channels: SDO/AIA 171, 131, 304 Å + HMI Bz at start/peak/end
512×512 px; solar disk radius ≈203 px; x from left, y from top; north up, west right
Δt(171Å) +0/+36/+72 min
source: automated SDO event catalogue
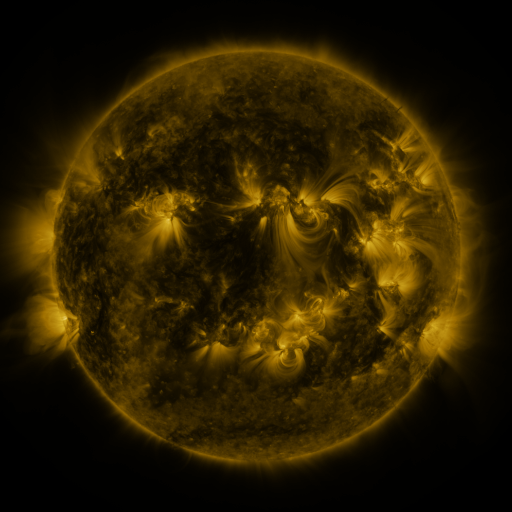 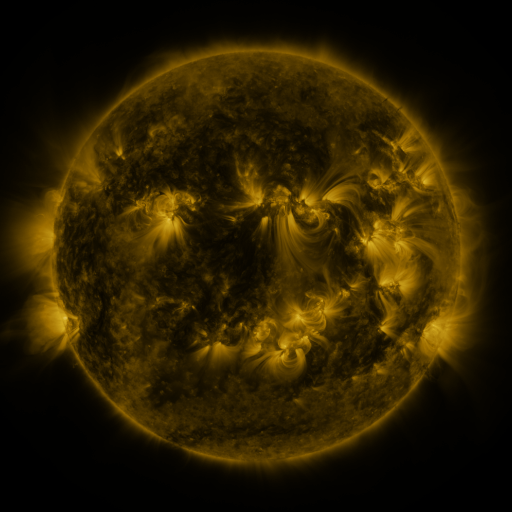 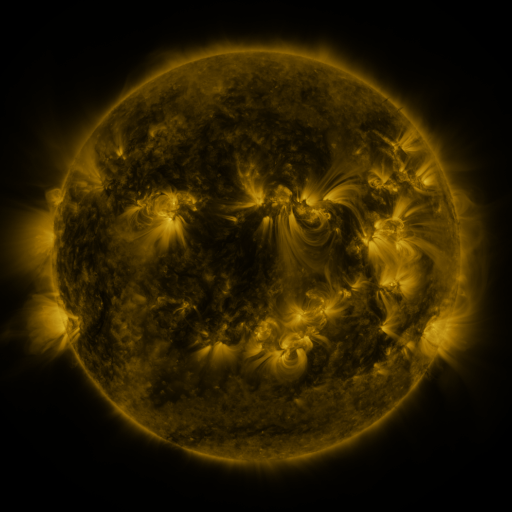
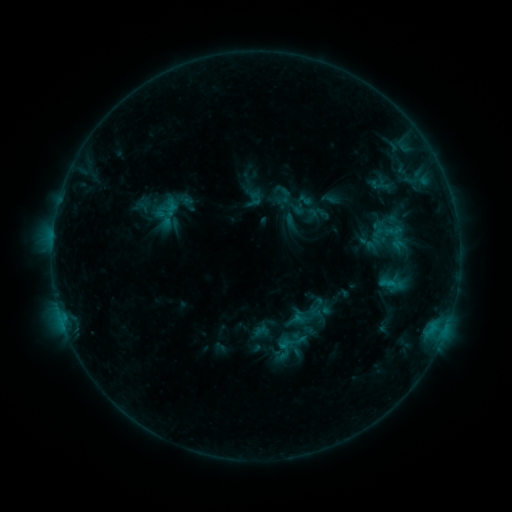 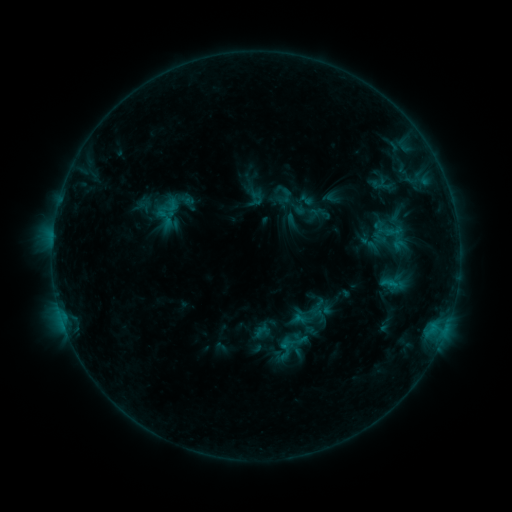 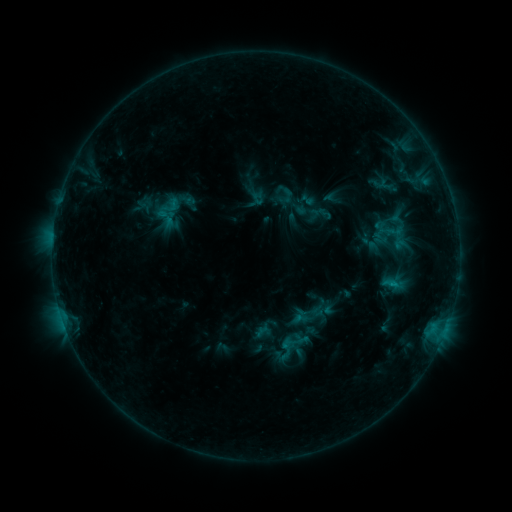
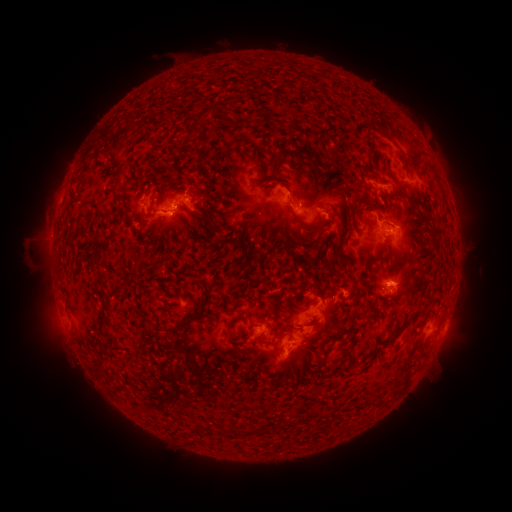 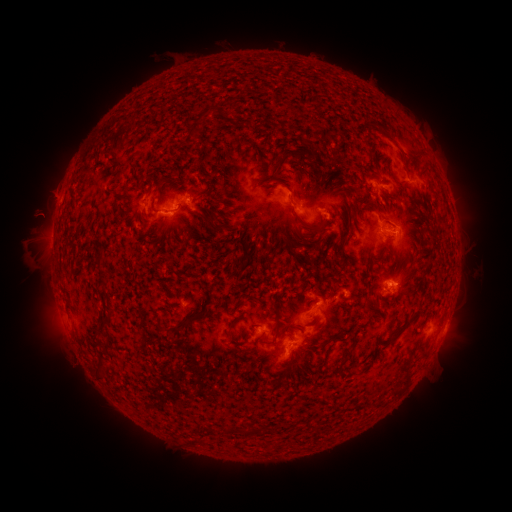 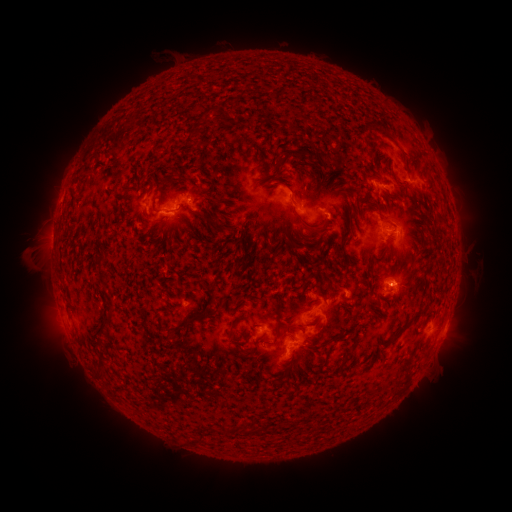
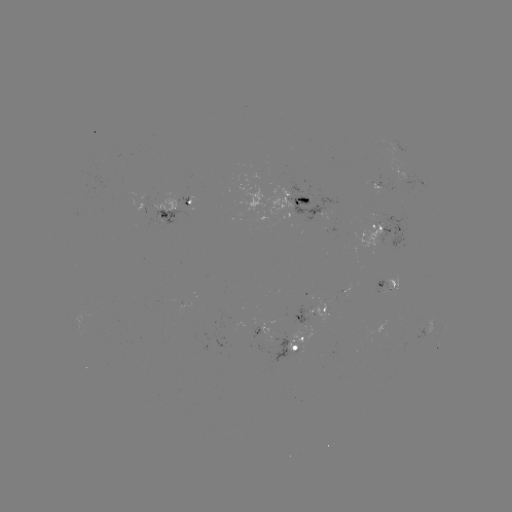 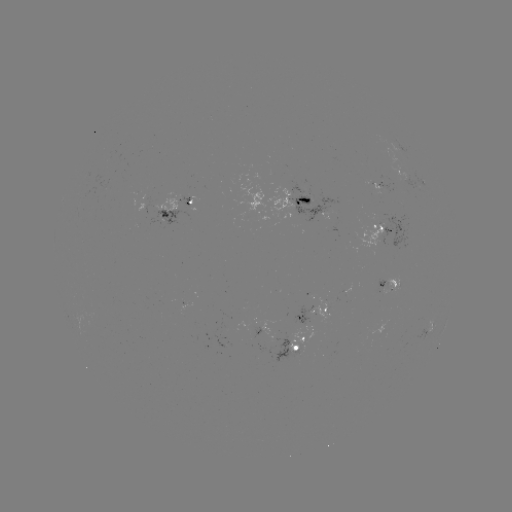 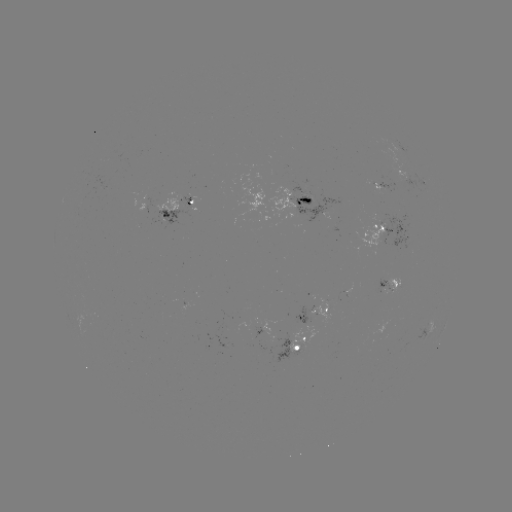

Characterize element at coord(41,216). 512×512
filament eruption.